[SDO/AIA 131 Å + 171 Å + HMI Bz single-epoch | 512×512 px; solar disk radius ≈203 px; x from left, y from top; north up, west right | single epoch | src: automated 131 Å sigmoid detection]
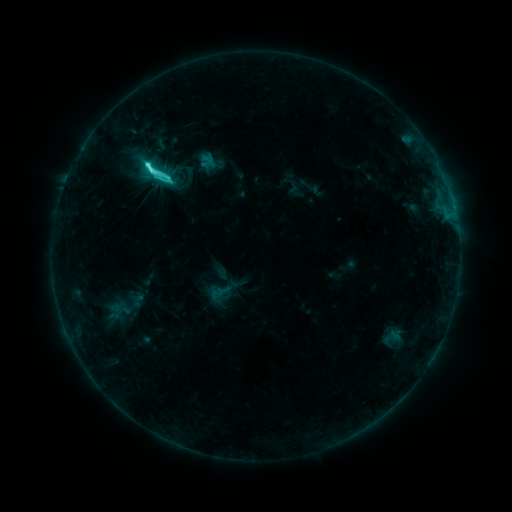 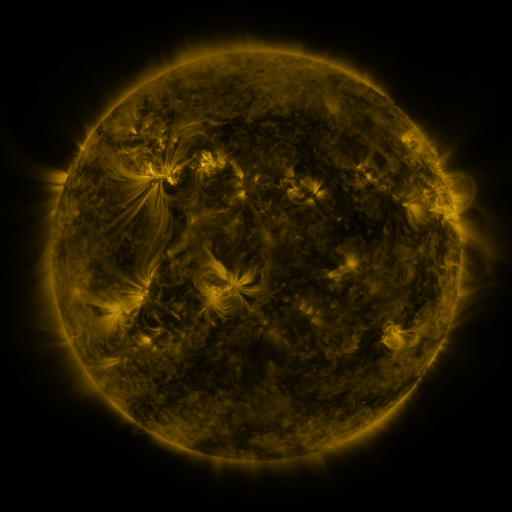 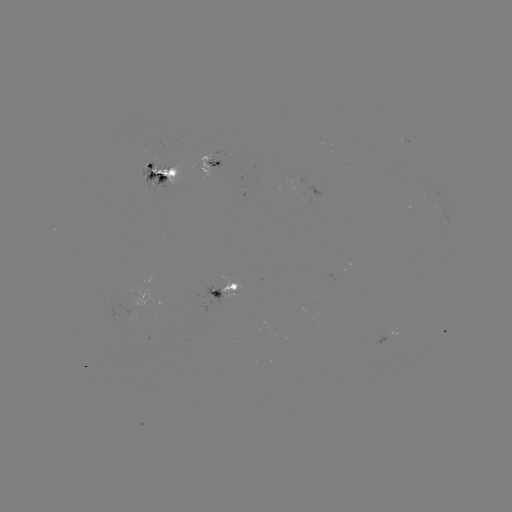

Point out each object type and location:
sigmoid: [140, 155, 176, 191]
